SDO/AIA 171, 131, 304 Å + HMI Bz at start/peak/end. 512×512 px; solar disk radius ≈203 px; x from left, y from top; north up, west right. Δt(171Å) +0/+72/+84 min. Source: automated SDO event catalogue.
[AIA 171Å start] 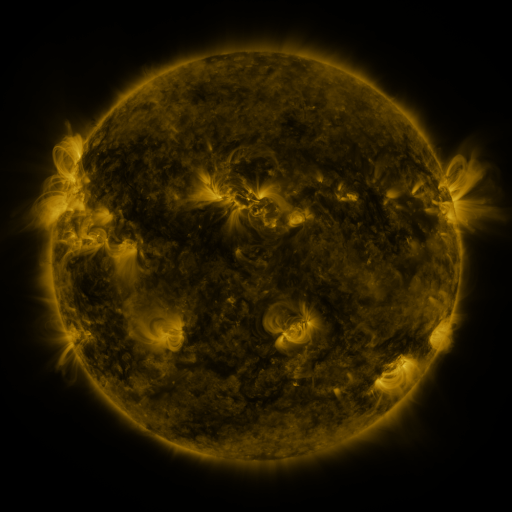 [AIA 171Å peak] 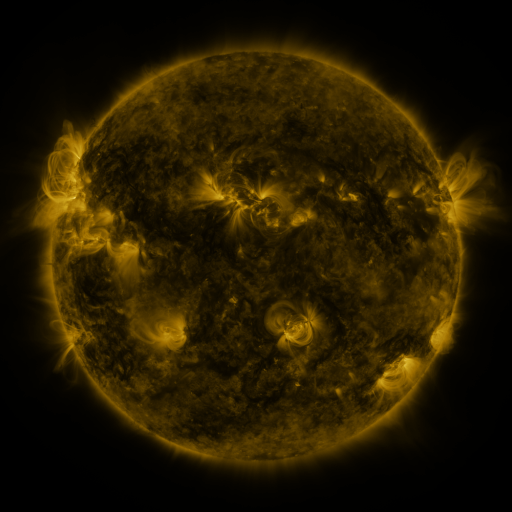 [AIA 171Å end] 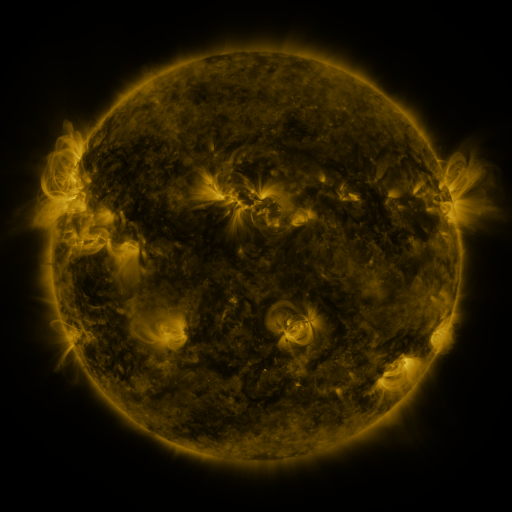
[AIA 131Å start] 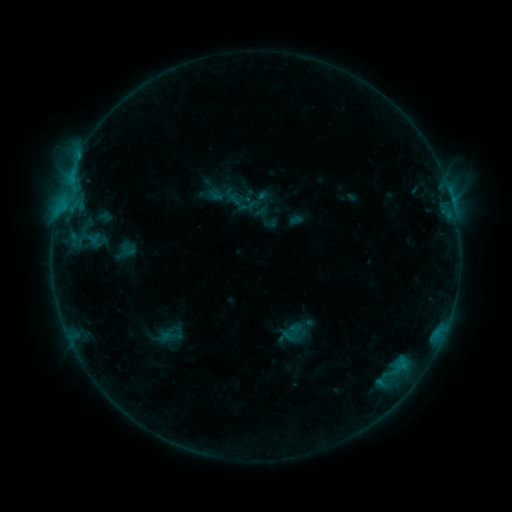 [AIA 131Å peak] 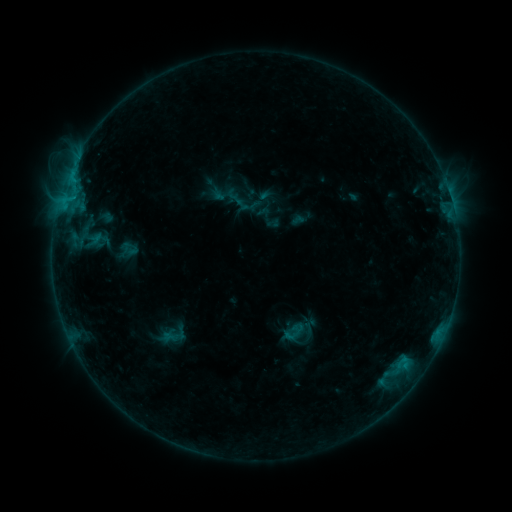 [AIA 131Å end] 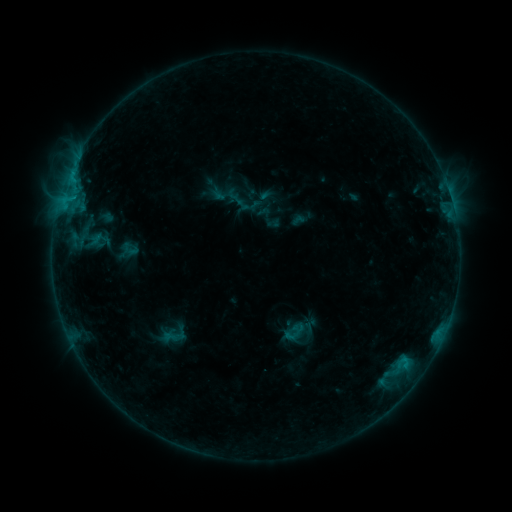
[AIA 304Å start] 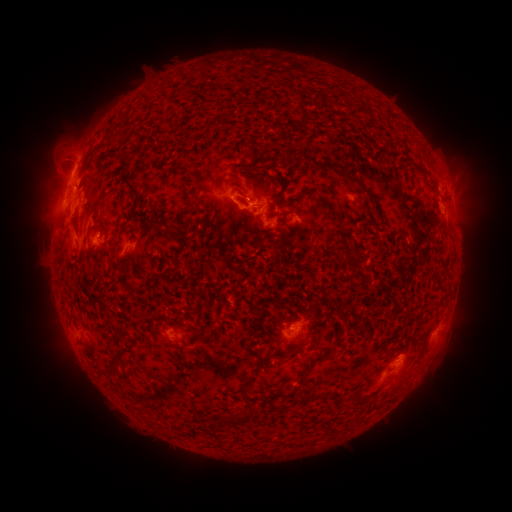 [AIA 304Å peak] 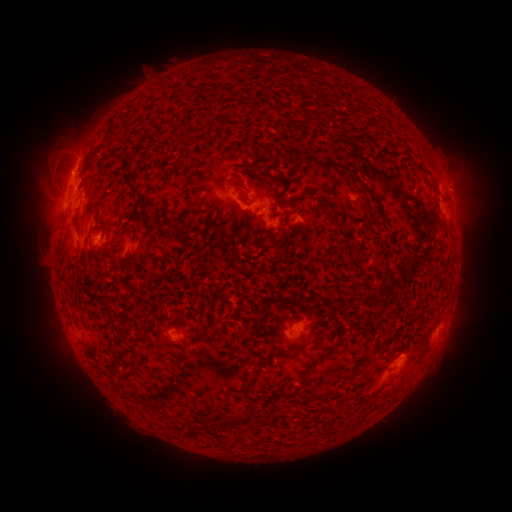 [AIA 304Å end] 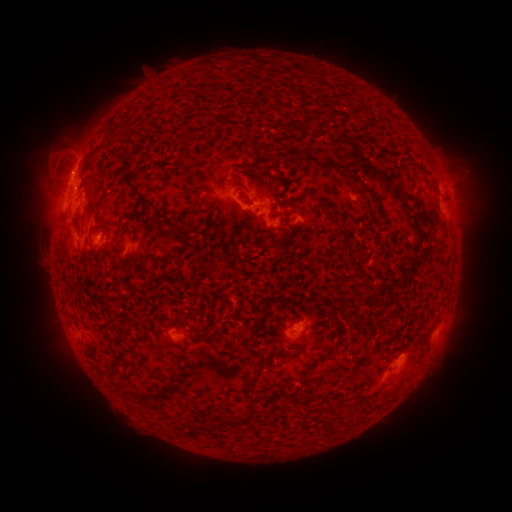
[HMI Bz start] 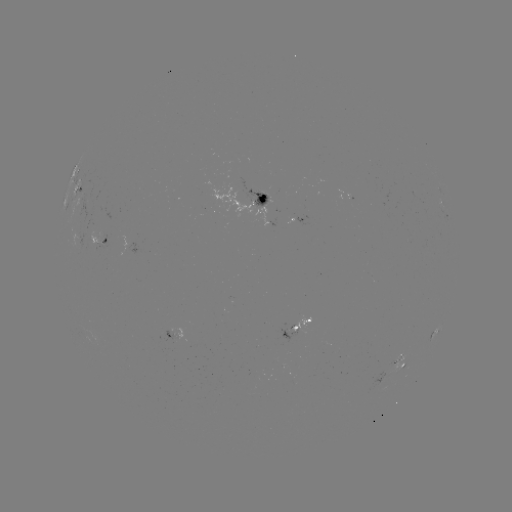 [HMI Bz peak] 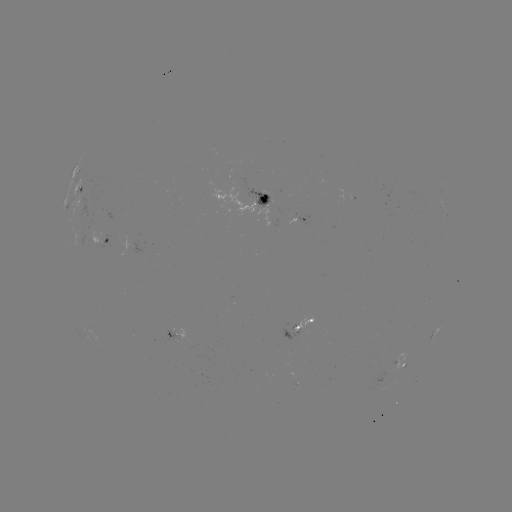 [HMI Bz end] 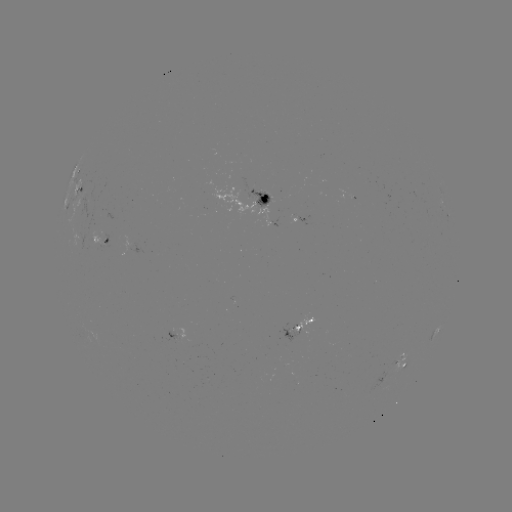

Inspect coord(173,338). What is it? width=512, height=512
emerging-flux region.